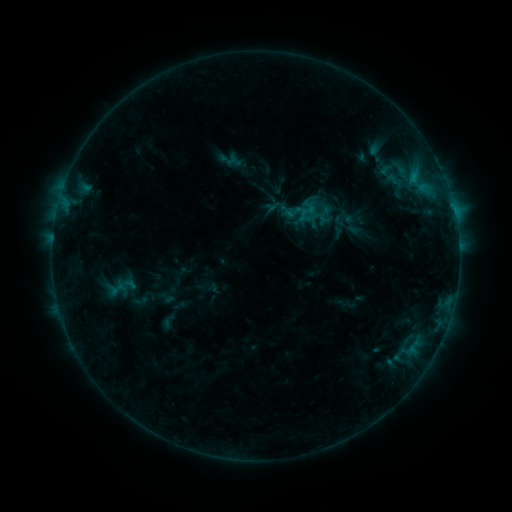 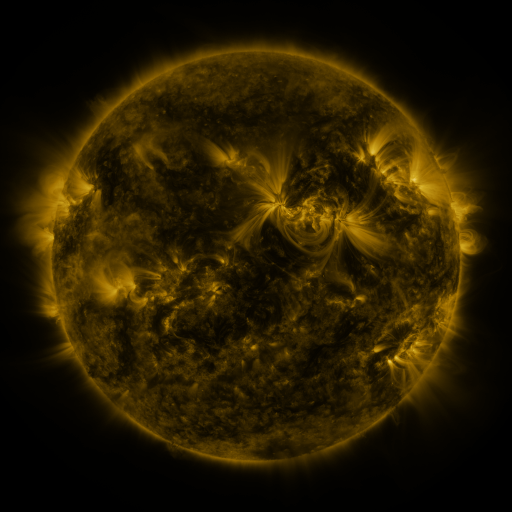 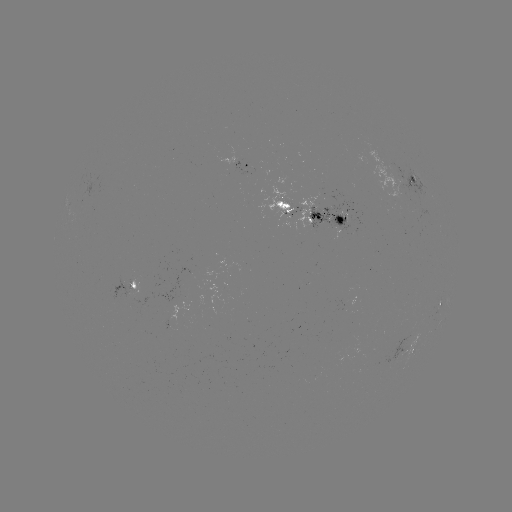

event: sigmoid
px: (229, 159)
